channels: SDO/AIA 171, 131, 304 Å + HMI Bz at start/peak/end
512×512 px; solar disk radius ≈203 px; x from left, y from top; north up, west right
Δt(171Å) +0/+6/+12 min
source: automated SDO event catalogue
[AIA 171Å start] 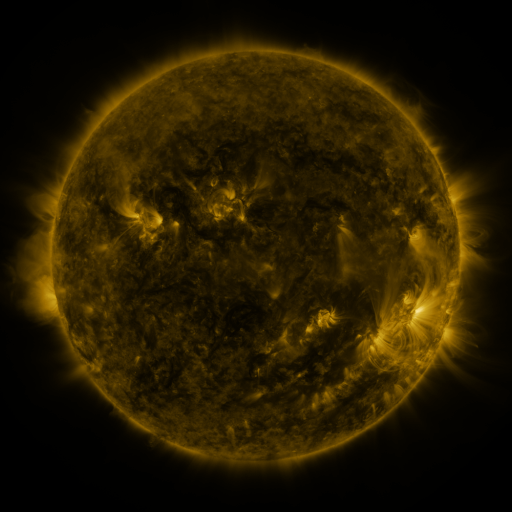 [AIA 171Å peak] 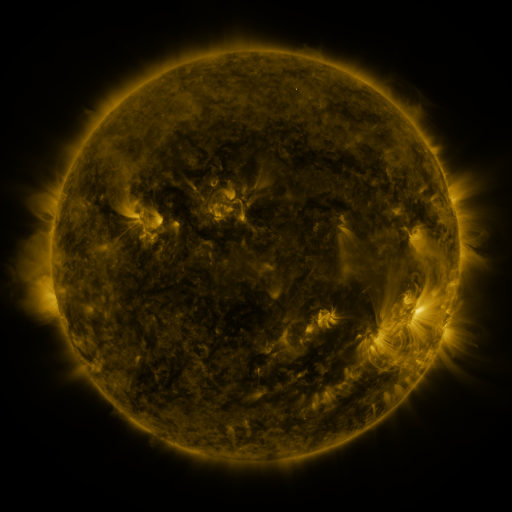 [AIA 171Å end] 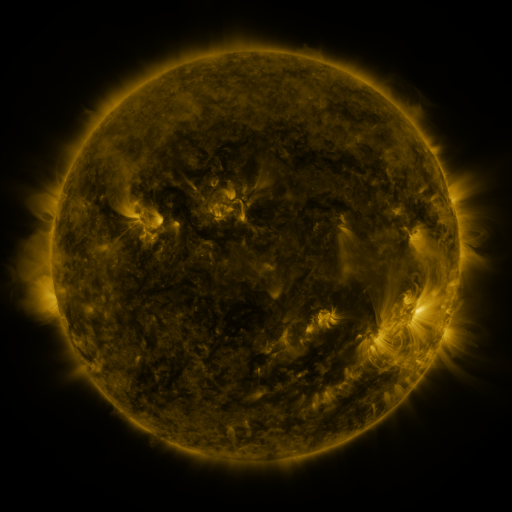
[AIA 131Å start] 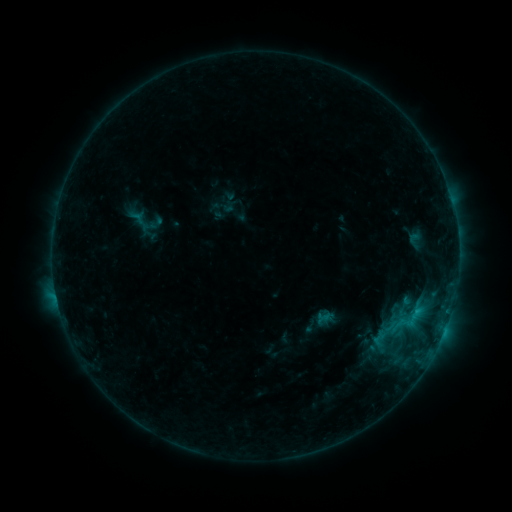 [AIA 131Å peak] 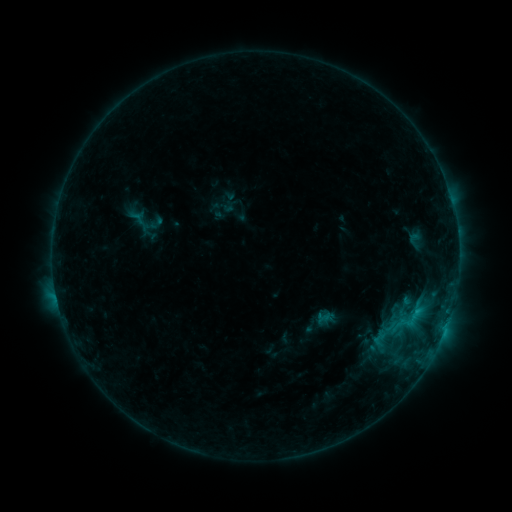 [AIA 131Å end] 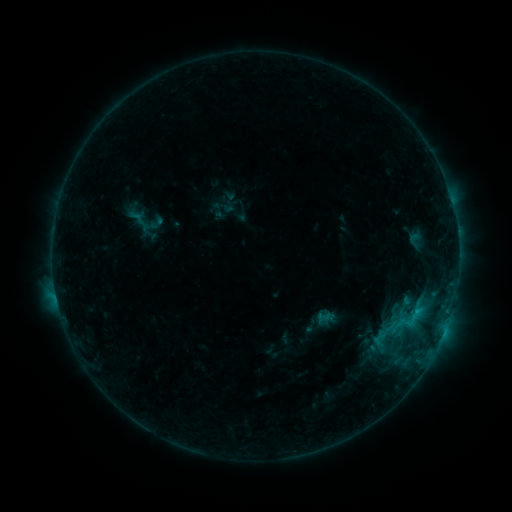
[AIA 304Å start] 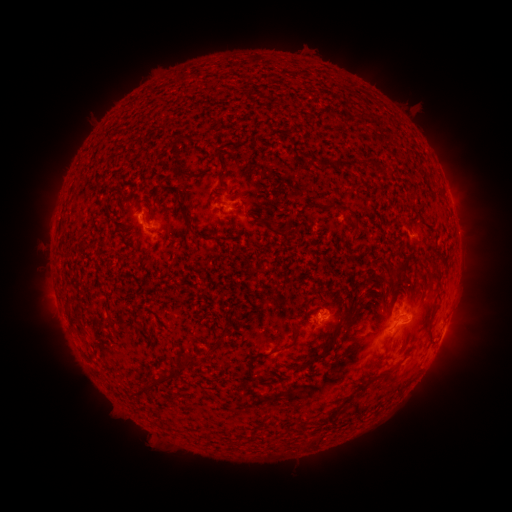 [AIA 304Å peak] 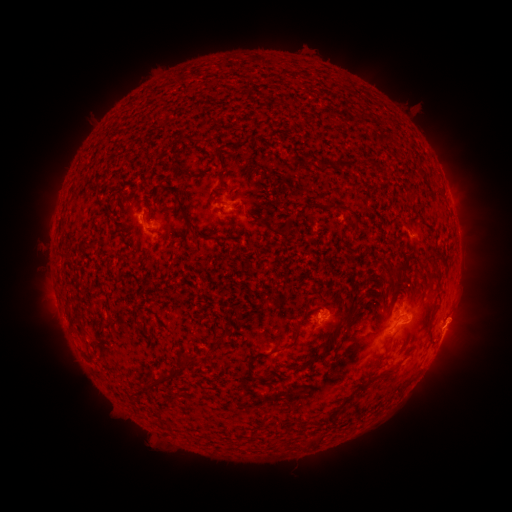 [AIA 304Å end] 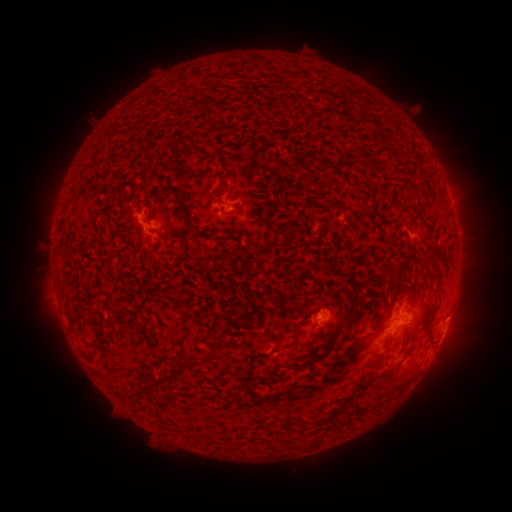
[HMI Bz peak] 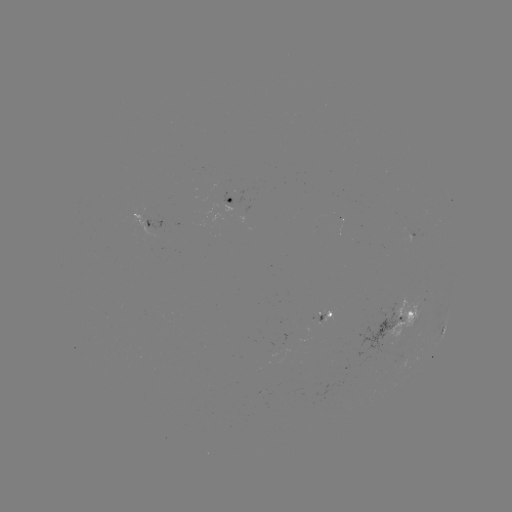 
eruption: (425, 298, 489, 343)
